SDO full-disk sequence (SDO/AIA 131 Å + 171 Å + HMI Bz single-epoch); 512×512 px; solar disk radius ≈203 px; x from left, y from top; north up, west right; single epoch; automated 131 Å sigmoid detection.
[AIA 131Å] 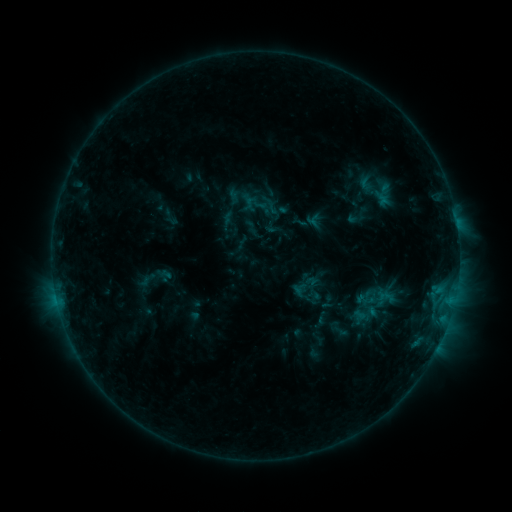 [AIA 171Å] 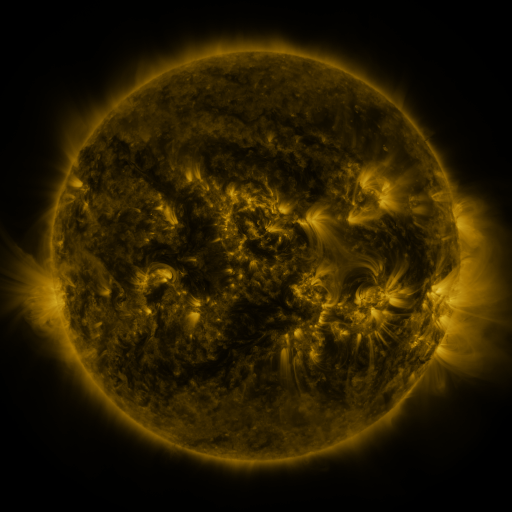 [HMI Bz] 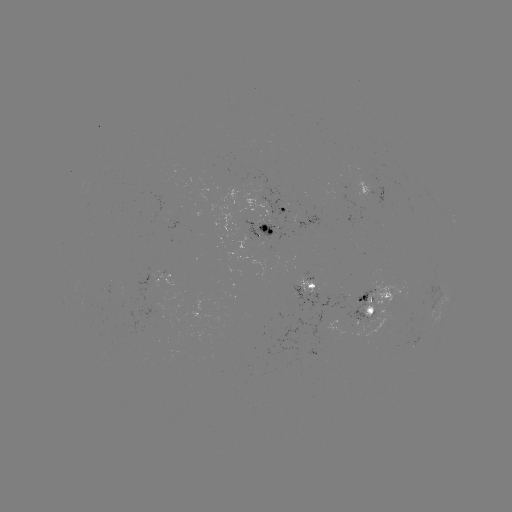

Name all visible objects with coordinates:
sigmoid: [365, 180, 398, 203]
